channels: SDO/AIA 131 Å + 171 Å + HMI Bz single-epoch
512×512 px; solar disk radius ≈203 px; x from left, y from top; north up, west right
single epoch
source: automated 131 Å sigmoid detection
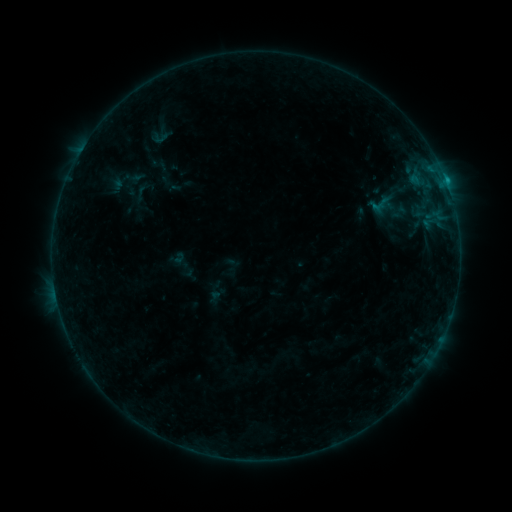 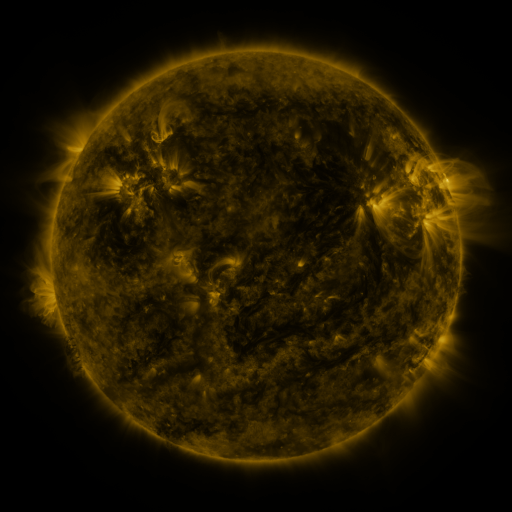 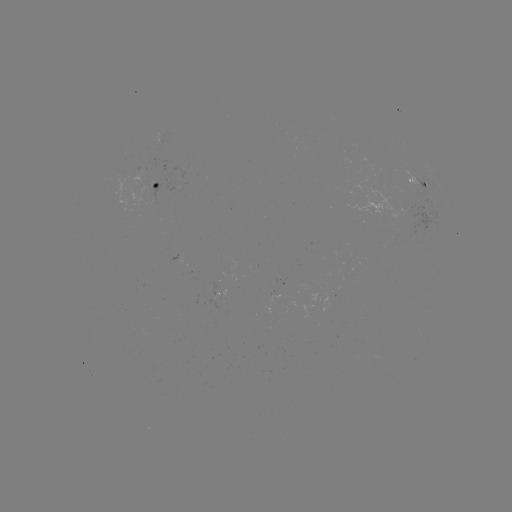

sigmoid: (148, 123, 173, 148)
